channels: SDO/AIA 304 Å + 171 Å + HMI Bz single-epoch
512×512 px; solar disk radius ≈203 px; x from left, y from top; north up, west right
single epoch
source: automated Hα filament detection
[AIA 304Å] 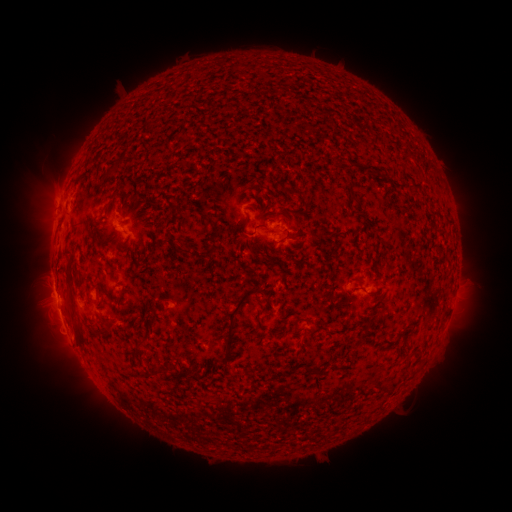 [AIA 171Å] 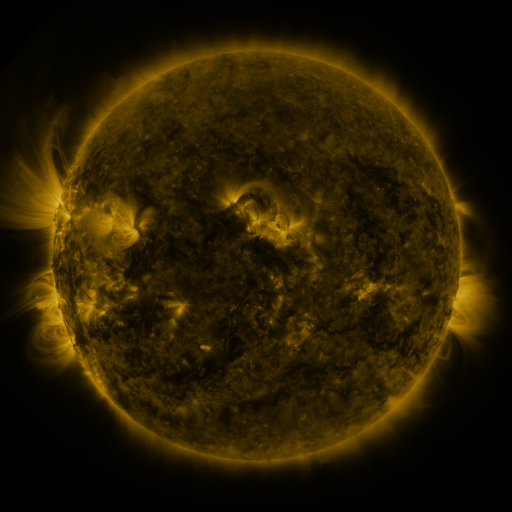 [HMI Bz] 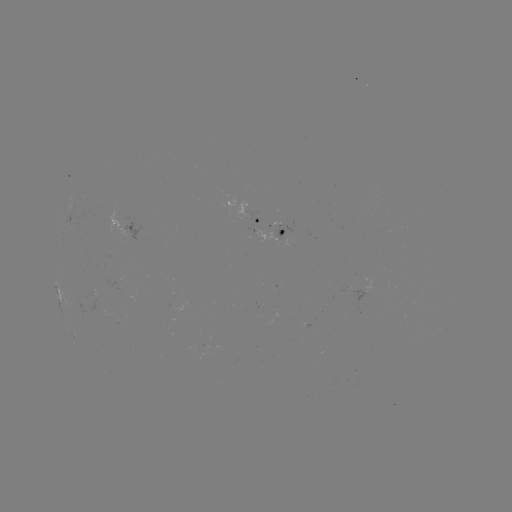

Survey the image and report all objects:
filament: (103, 168, 116, 182)
filament: (105, 188, 123, 216)
filament: (166, 202, 175, 212)
filament: (283, 205, 294, 214)
filament: (200, 214, 213, 229)
filament: (240, 216, 254, 251)
filament: (70, 224, 76, 236)
filament: (209, 228, 220, 241)
filament: (178, 246, 193, 258)
filament: (225, 287, 256, 353)
filament: (66, 296, 73, 309)
filament: (69, 313, 85, 350)
filament: (366, 315, 376, 325)
filament: (100, 320, 114, 340)
filament: (137, 340, 147, 350)
filament: (305, 362, 323, 376)
